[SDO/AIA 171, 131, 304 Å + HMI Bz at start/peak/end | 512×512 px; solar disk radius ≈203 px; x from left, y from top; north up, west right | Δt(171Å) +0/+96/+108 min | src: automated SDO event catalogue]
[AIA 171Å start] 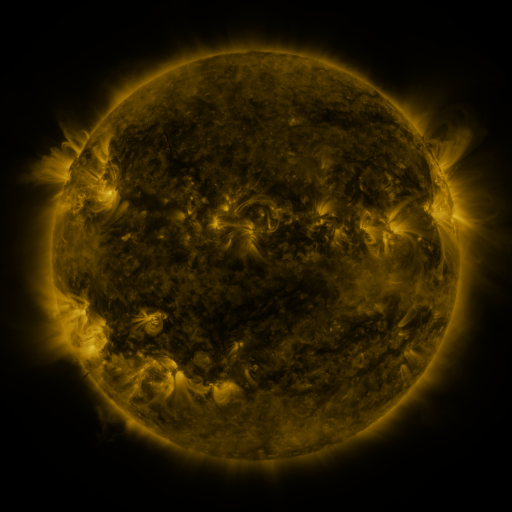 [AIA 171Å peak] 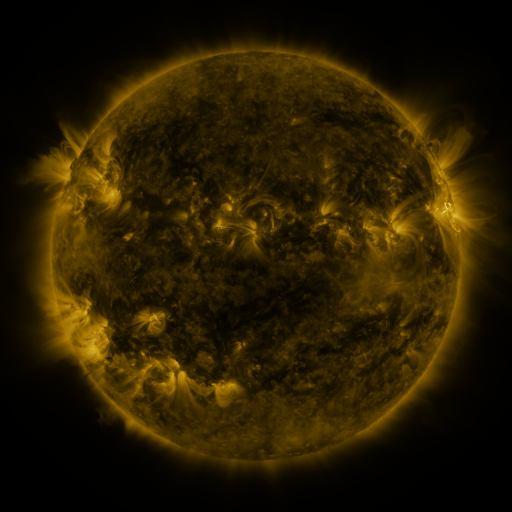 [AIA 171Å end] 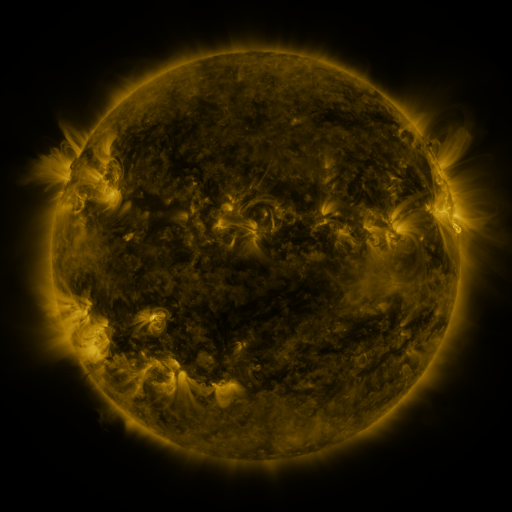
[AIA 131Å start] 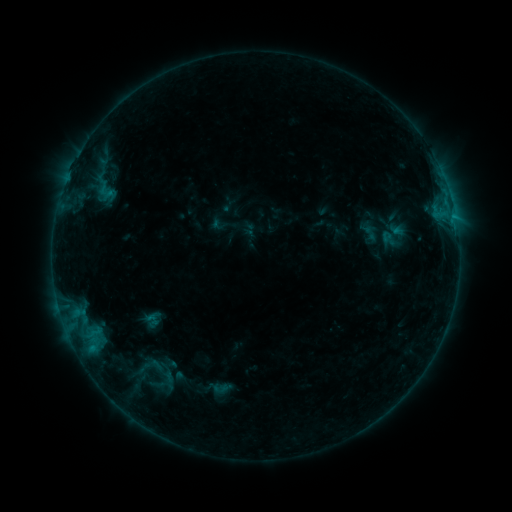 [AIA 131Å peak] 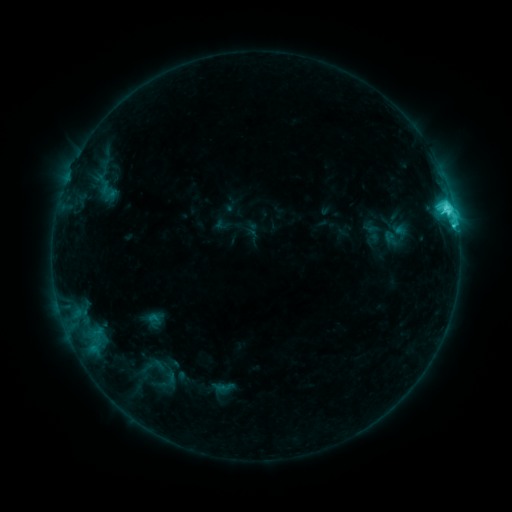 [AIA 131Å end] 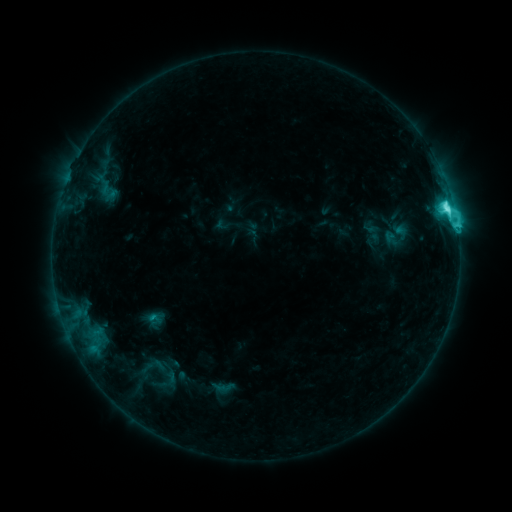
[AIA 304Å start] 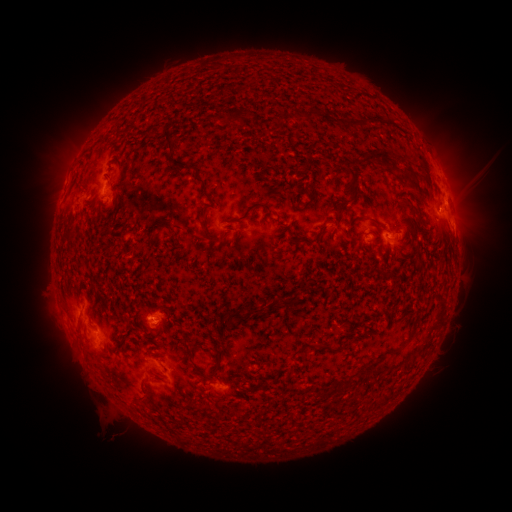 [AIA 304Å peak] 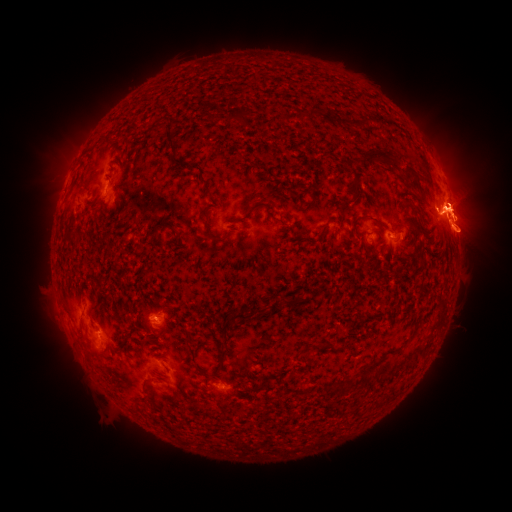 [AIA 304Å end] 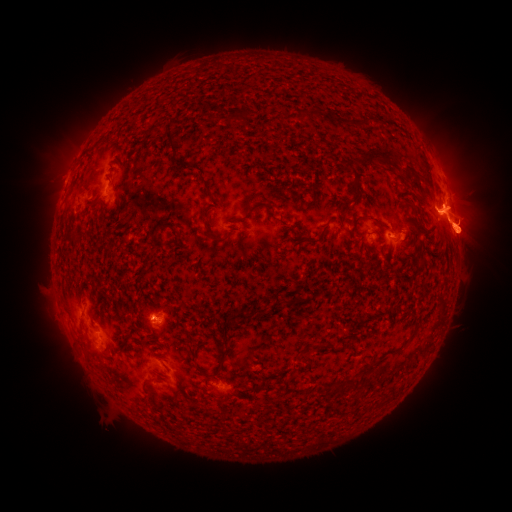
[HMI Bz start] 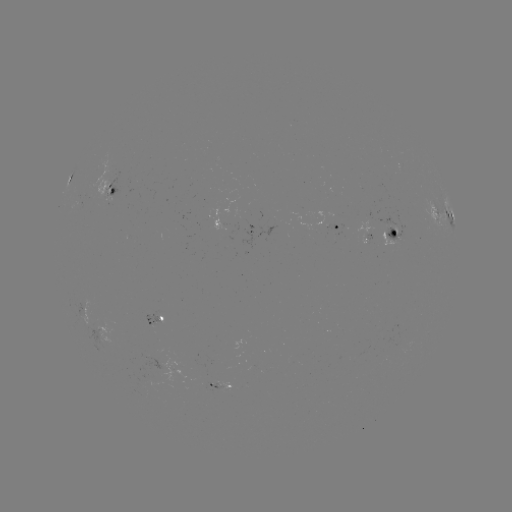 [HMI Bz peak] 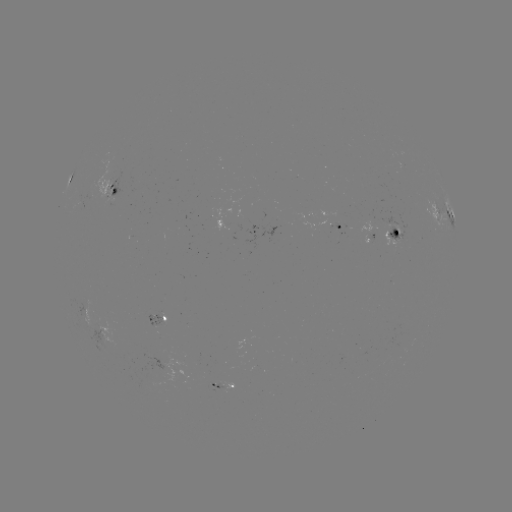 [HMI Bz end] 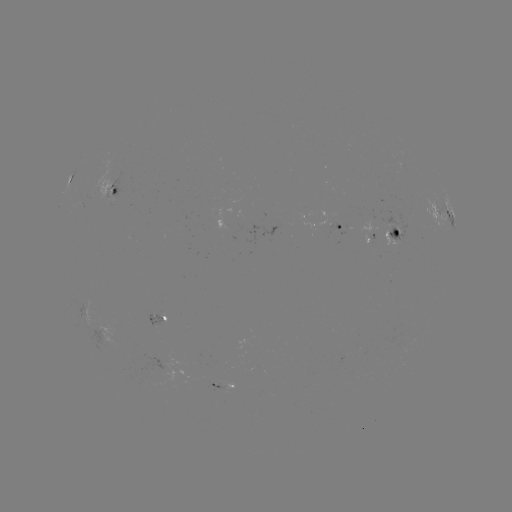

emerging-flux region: (144, 310, 163, 328)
